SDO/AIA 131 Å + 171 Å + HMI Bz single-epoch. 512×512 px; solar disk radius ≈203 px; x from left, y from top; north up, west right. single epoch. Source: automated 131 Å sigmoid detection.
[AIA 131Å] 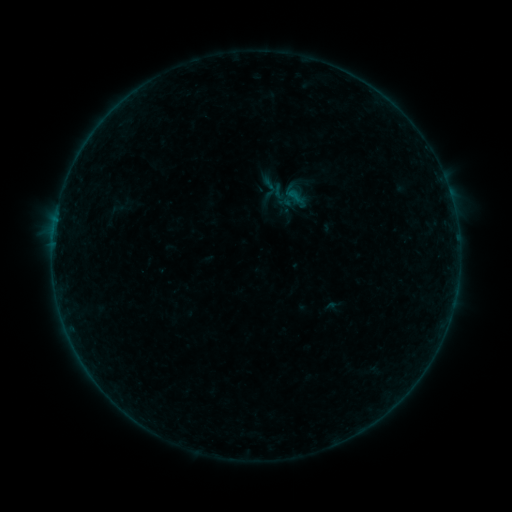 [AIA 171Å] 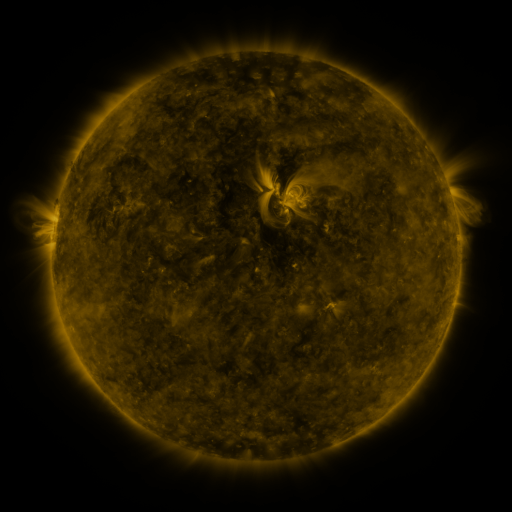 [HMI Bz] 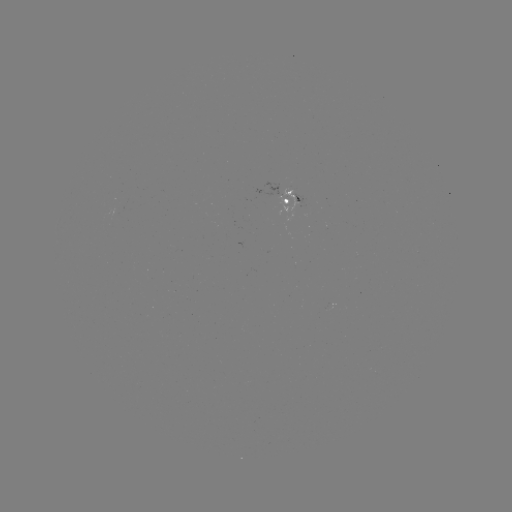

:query sigmoid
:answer [279, 192]